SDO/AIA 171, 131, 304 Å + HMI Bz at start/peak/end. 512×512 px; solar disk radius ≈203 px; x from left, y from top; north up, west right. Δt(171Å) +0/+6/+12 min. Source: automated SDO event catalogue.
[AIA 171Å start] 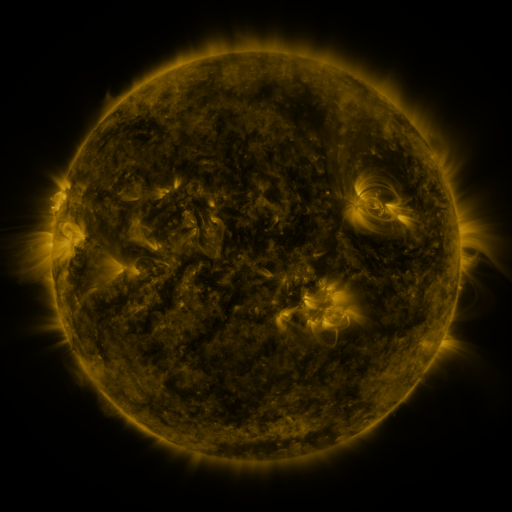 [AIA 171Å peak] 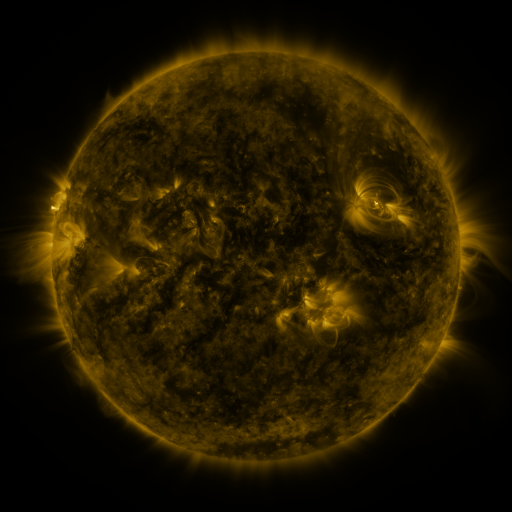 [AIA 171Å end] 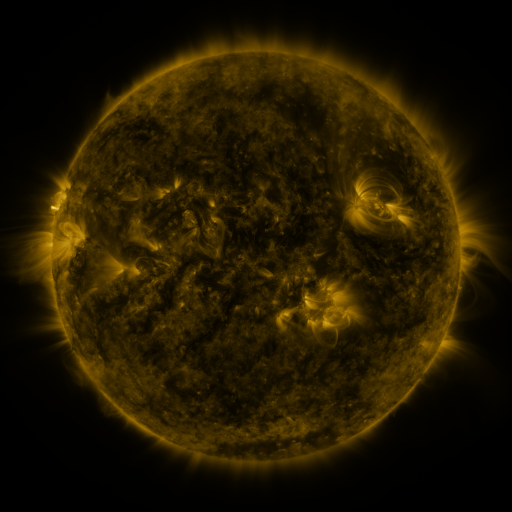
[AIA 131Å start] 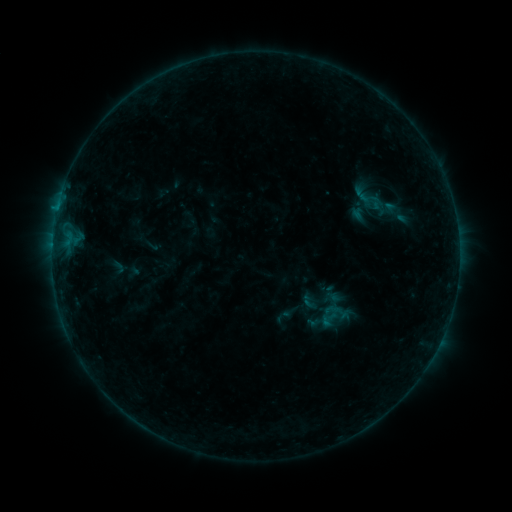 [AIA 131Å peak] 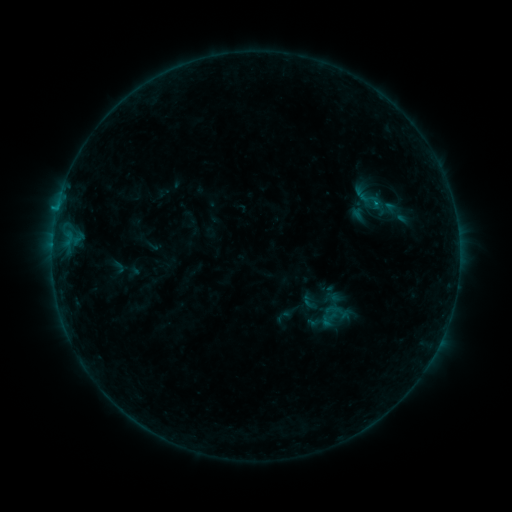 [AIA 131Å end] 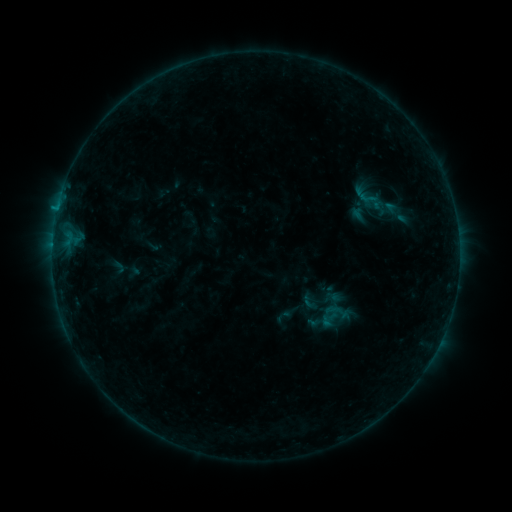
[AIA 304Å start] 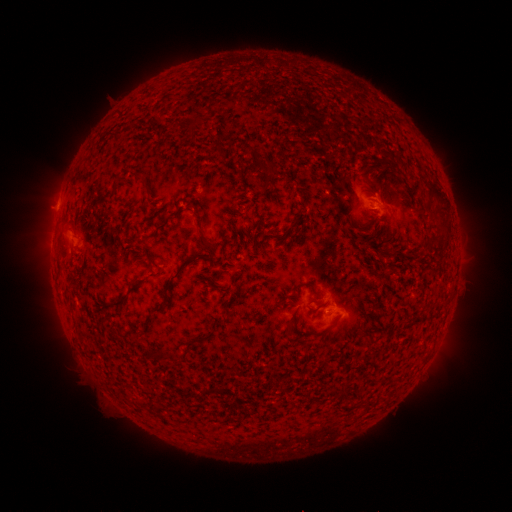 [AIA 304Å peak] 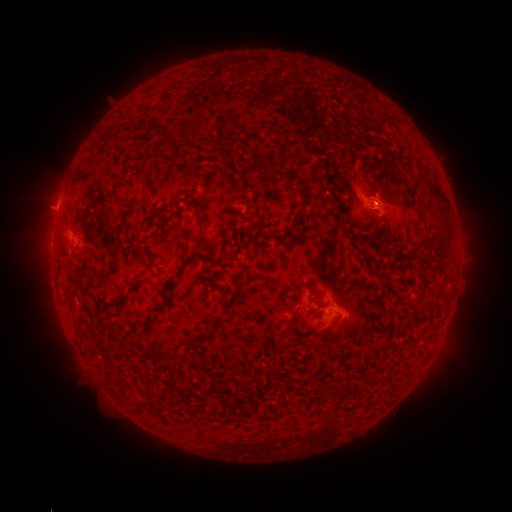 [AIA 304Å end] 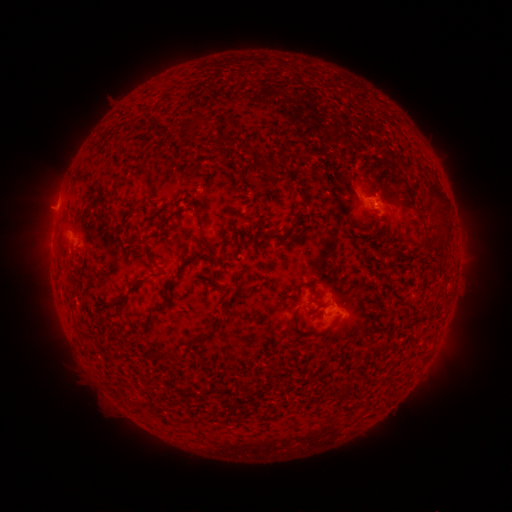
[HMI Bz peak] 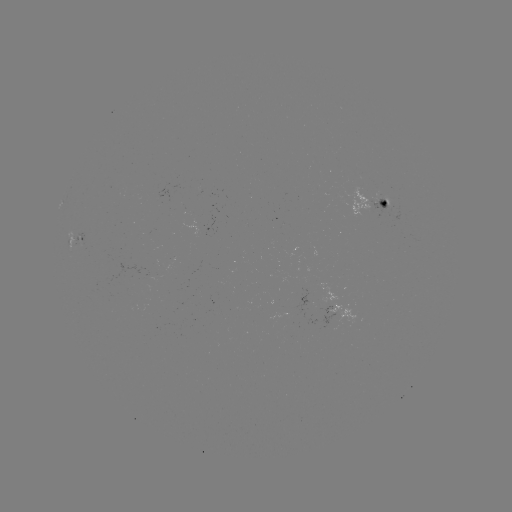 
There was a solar flare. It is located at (374, 203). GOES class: B3.6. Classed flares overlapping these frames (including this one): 1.